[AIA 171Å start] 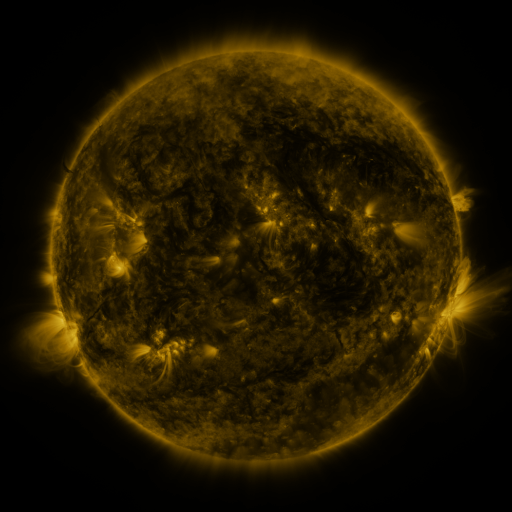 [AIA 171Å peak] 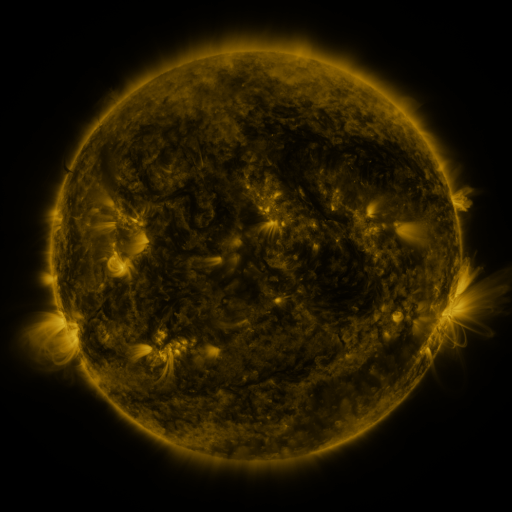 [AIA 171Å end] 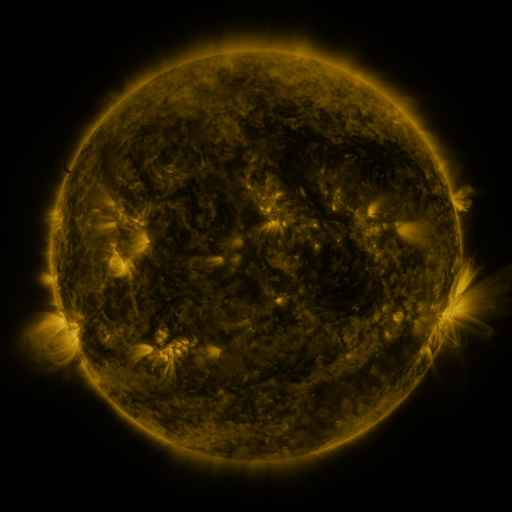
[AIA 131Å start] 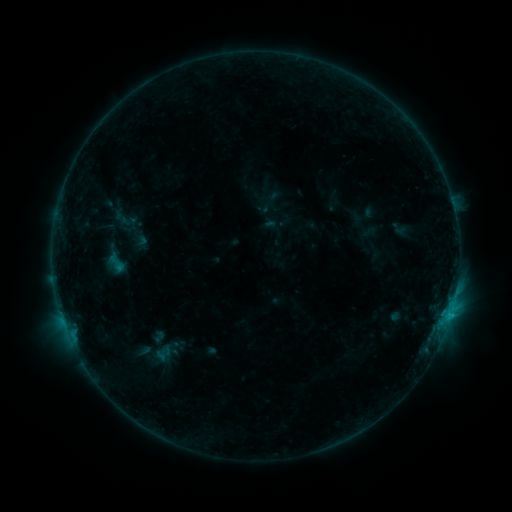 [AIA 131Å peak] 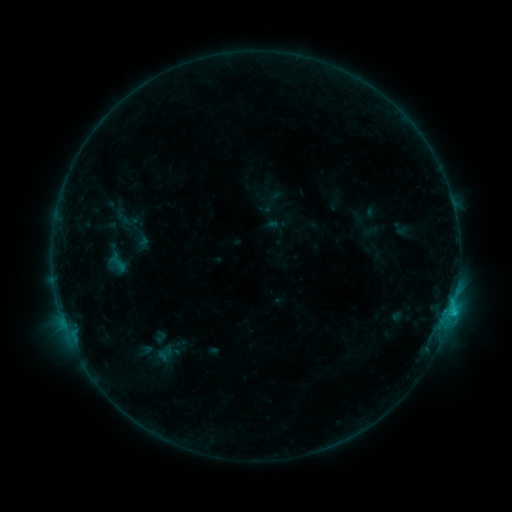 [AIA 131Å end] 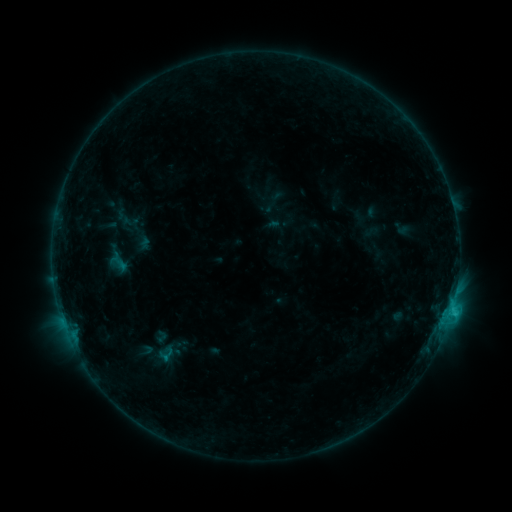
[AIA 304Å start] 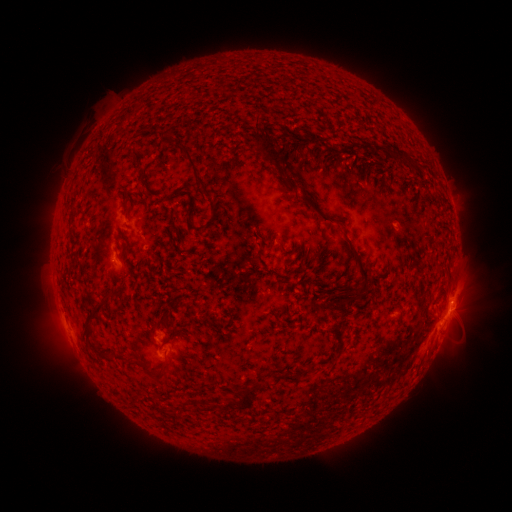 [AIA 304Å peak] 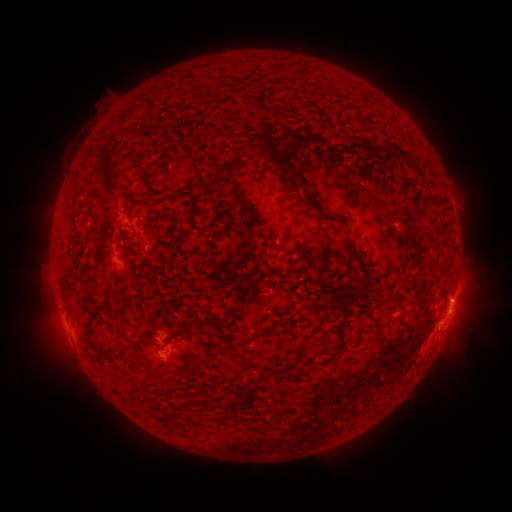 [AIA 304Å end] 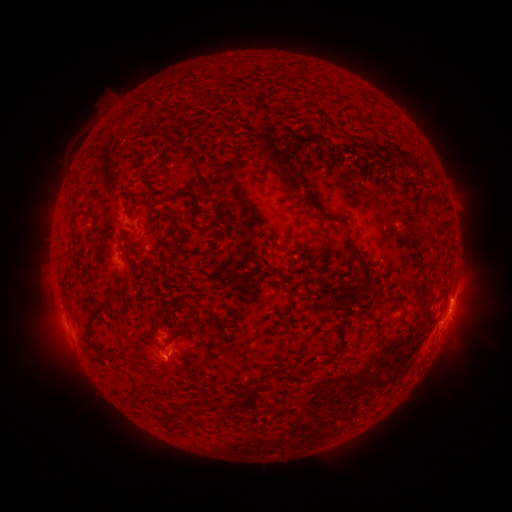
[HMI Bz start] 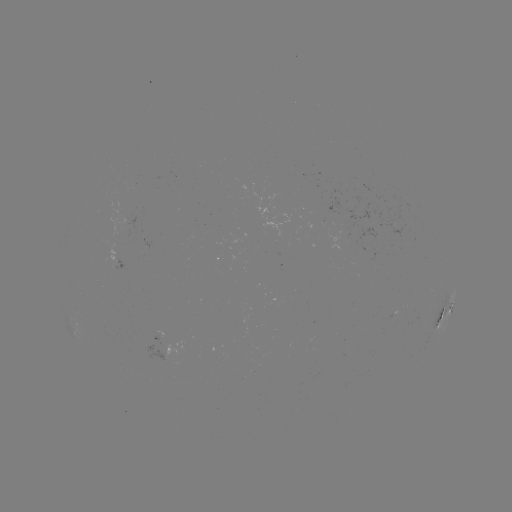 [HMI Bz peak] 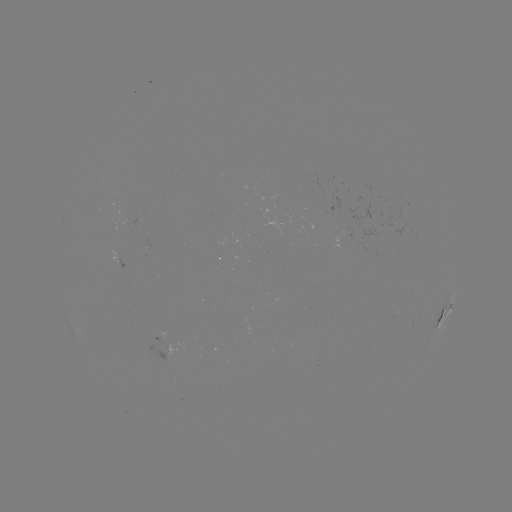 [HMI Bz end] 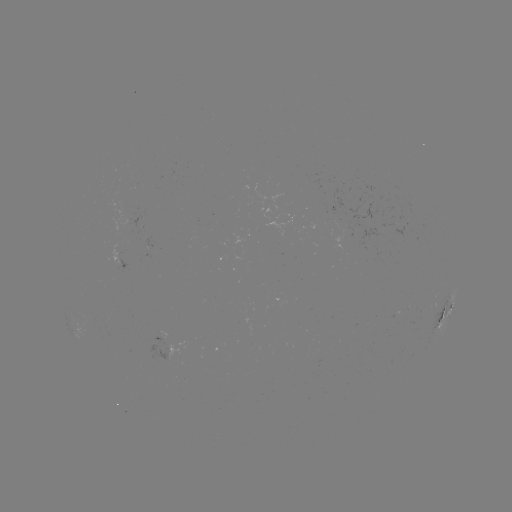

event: emerging-flux region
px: (170, 356)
